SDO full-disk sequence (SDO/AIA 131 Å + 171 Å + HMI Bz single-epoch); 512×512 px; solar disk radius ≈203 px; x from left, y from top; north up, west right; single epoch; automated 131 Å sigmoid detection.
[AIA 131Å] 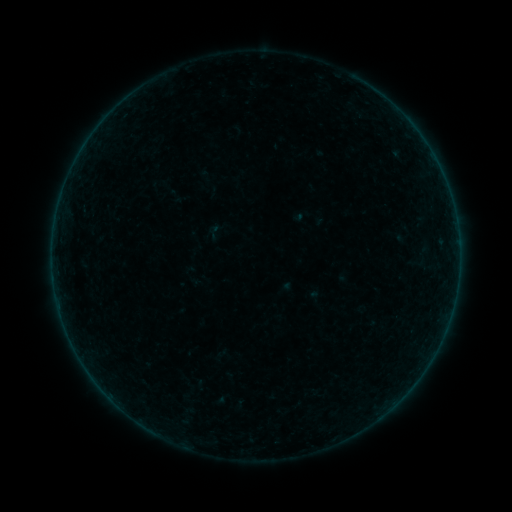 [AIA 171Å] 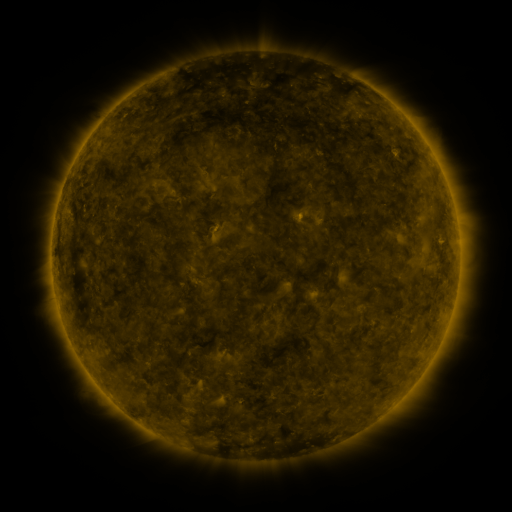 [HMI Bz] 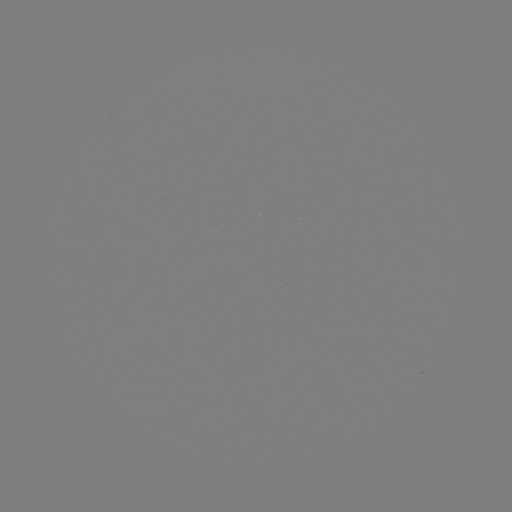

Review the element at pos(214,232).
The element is sigmoid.